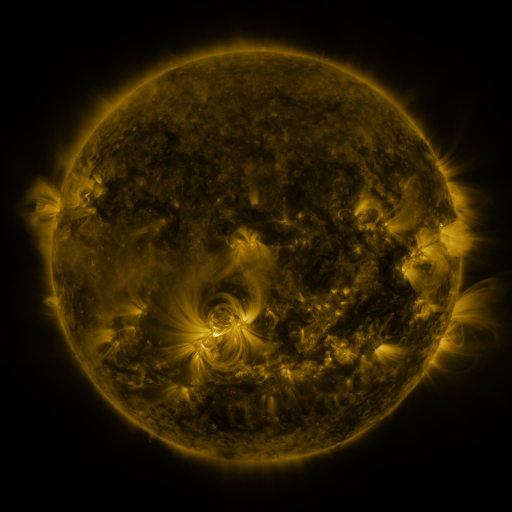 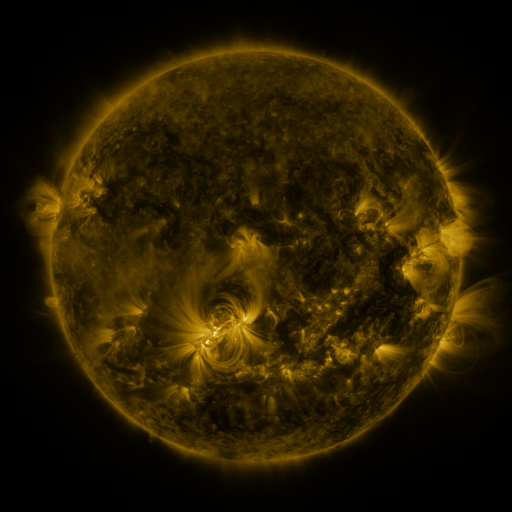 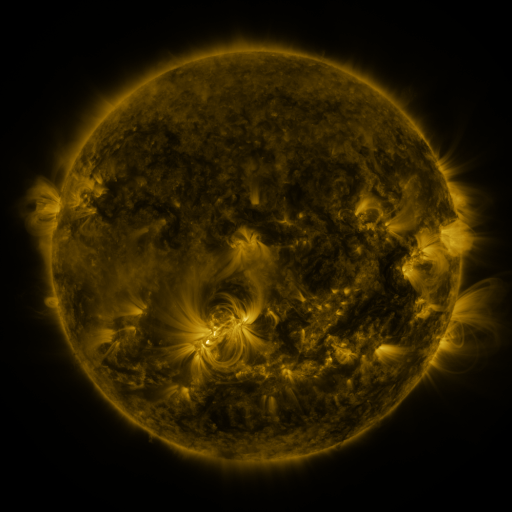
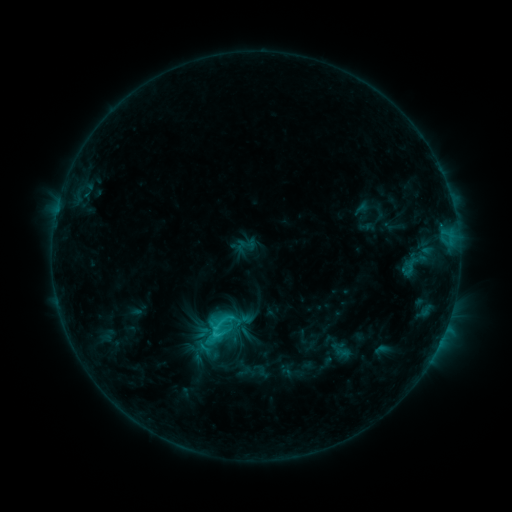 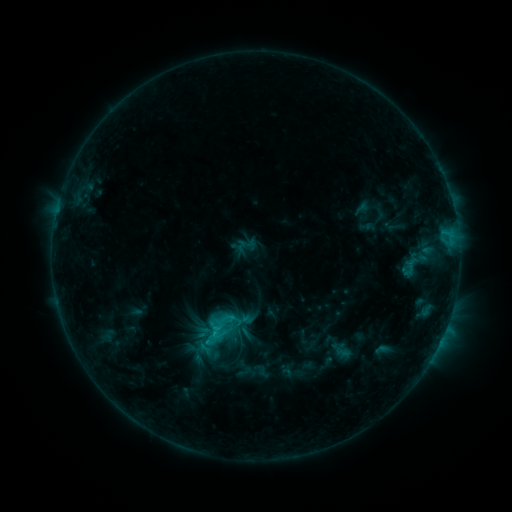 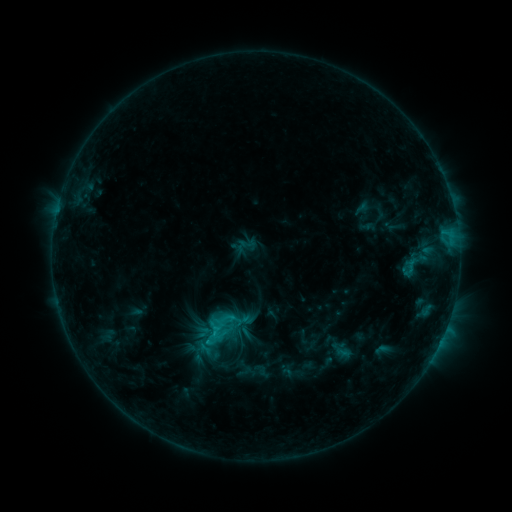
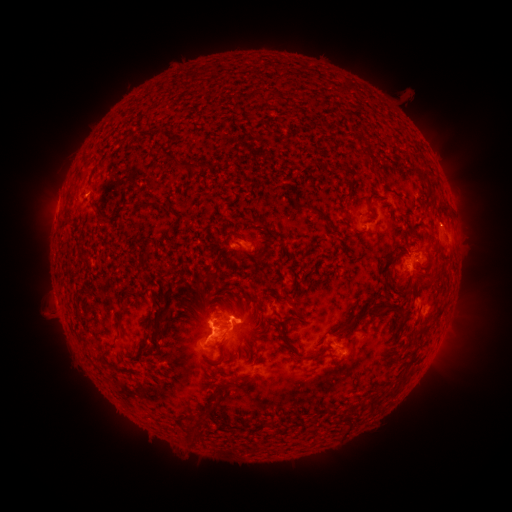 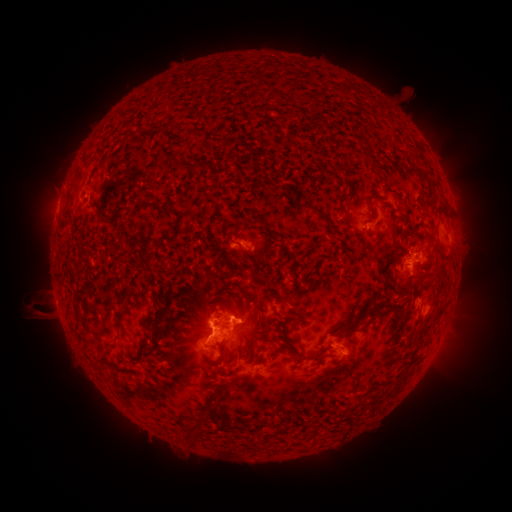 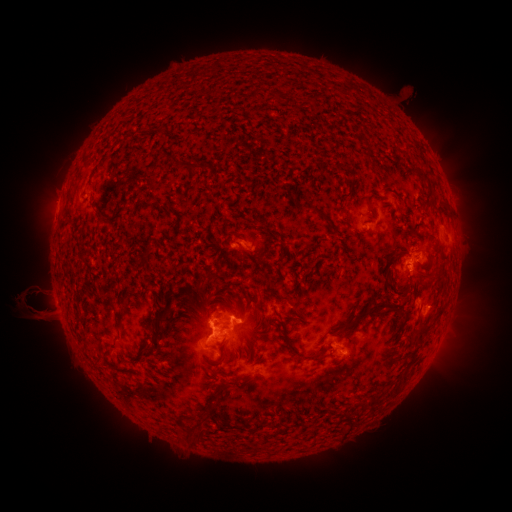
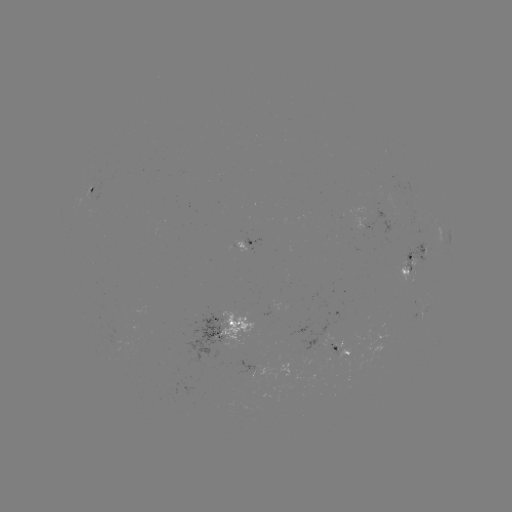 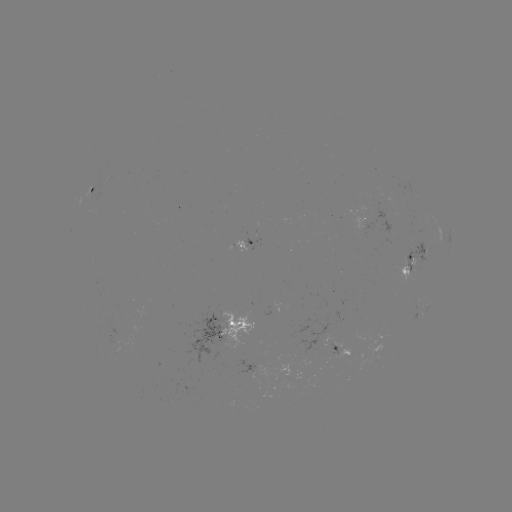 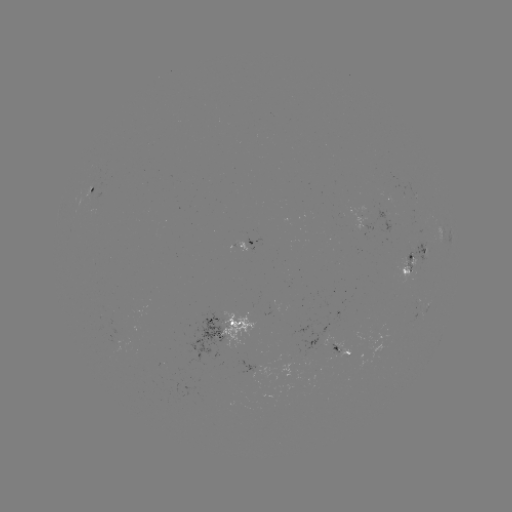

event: eruption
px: (35, 304)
